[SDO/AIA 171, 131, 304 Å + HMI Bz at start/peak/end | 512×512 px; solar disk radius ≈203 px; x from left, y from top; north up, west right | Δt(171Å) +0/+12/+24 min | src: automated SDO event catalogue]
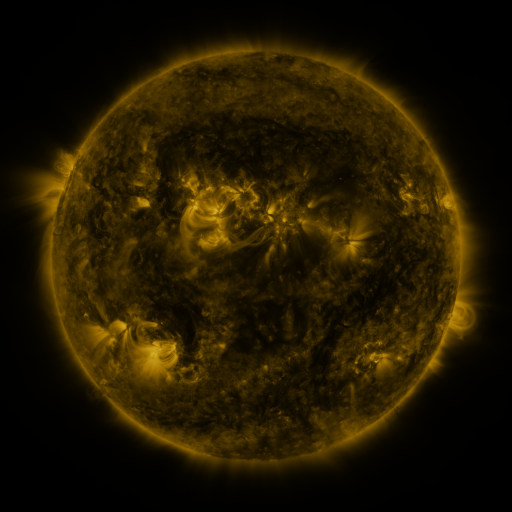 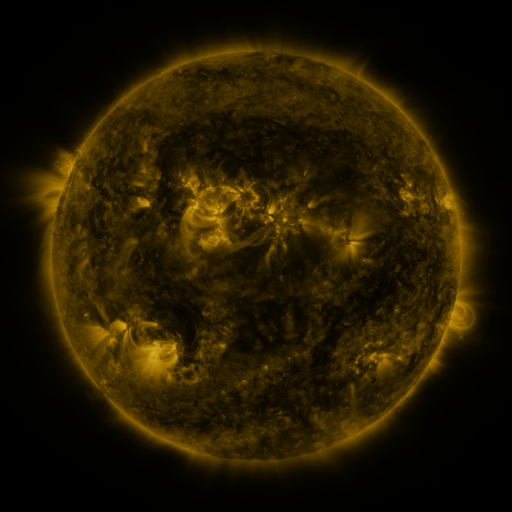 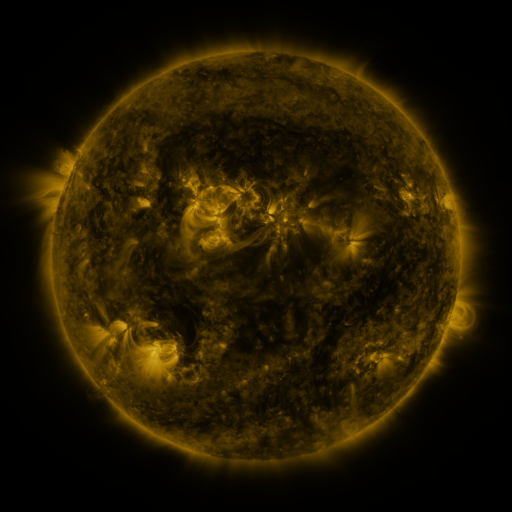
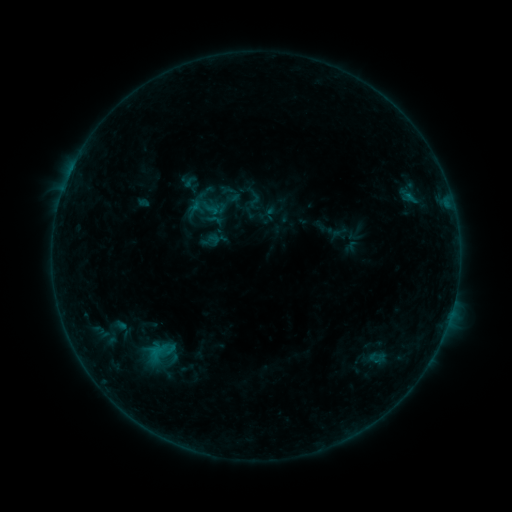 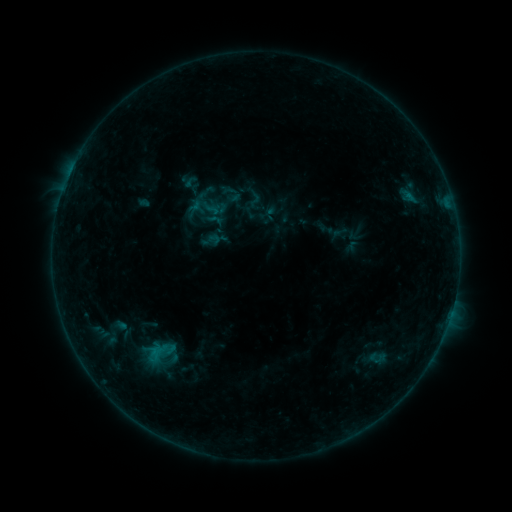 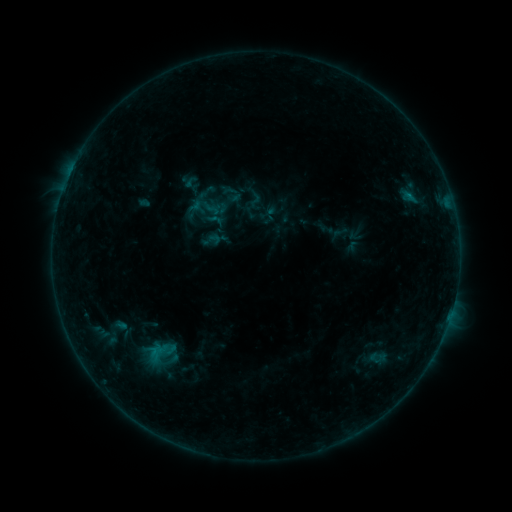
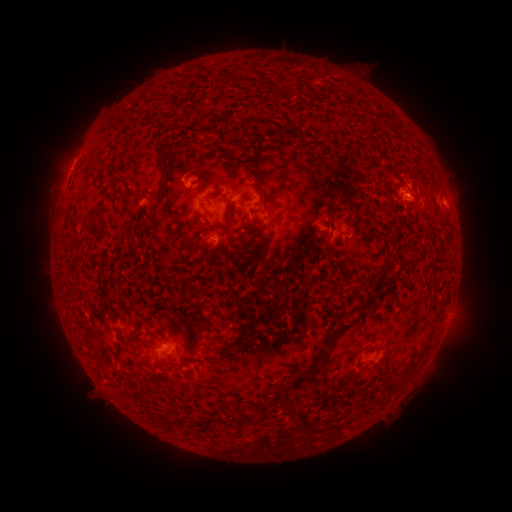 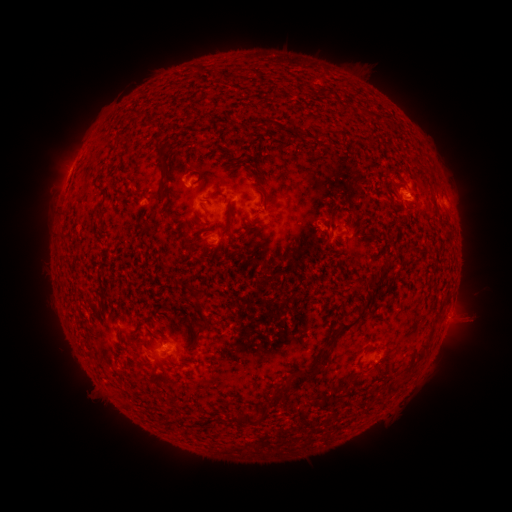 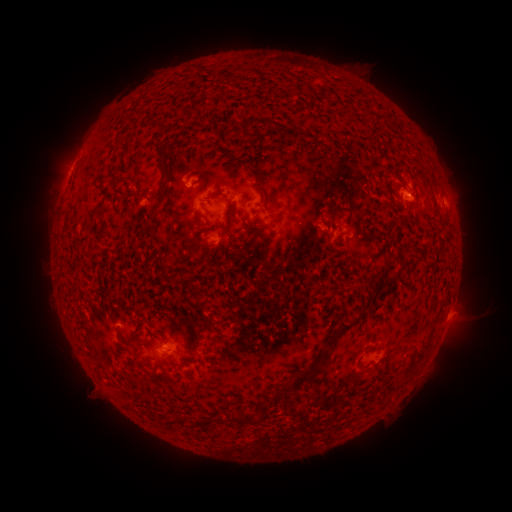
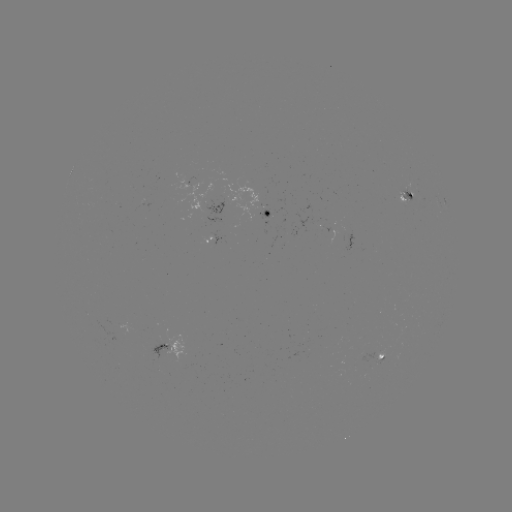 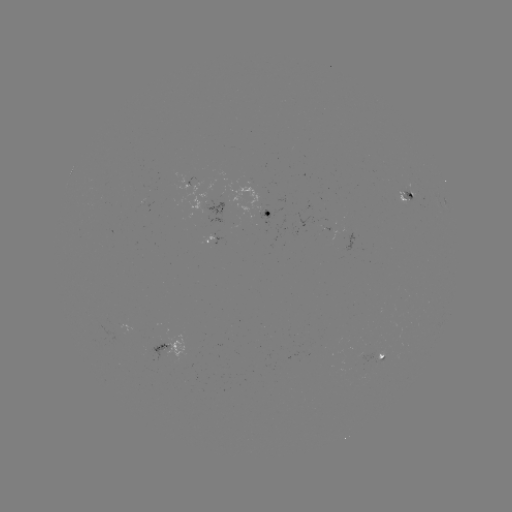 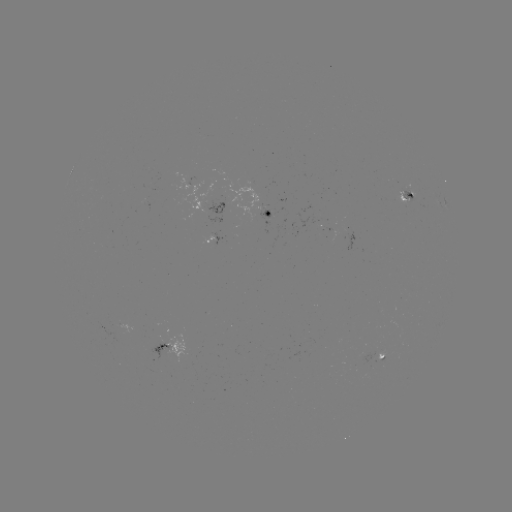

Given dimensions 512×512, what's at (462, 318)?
eruption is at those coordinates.